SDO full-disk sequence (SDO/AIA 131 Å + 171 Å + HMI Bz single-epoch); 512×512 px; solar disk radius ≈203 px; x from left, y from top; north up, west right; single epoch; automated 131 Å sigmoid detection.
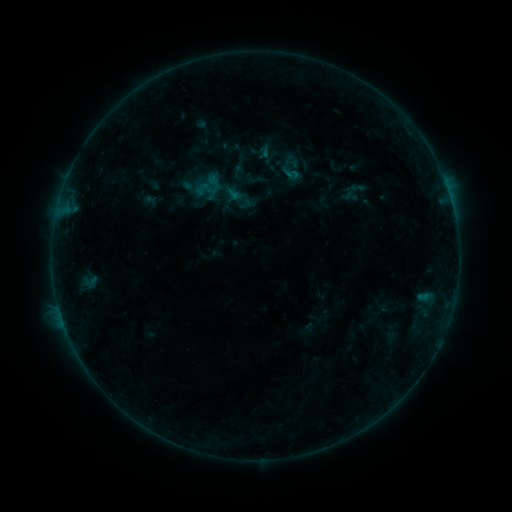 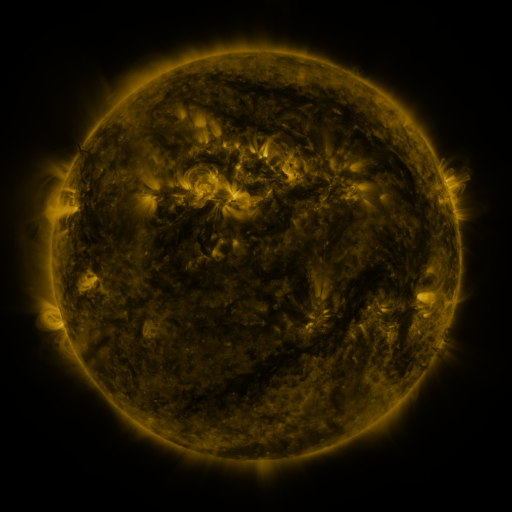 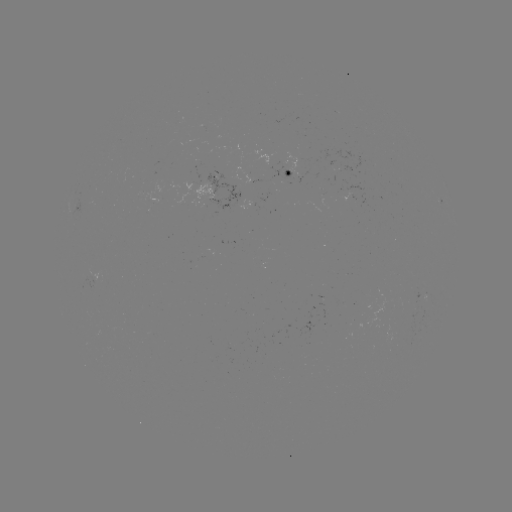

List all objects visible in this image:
sigmoid: <bbox>193, 169, 226, 203</bbox>
